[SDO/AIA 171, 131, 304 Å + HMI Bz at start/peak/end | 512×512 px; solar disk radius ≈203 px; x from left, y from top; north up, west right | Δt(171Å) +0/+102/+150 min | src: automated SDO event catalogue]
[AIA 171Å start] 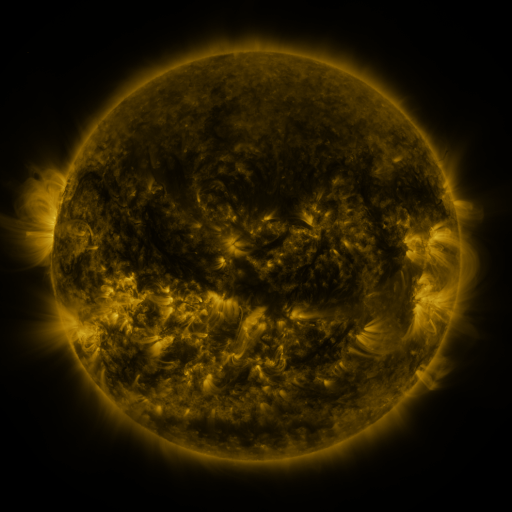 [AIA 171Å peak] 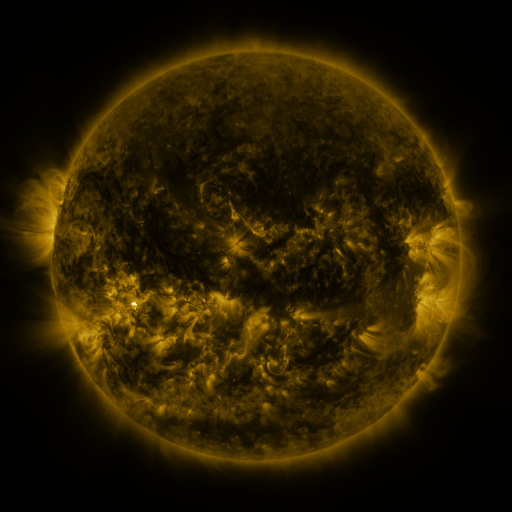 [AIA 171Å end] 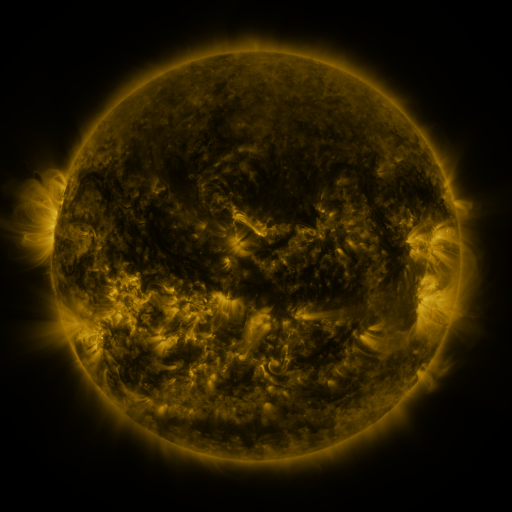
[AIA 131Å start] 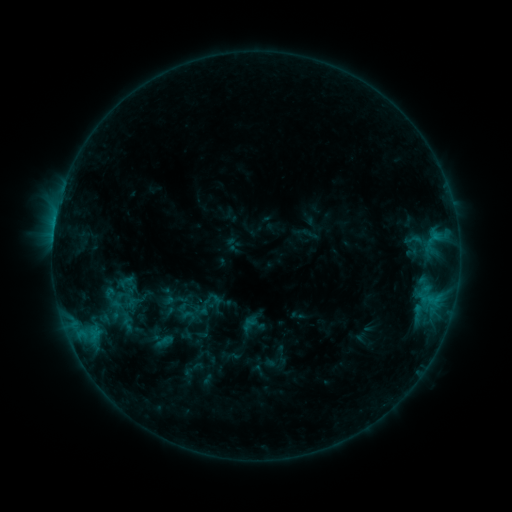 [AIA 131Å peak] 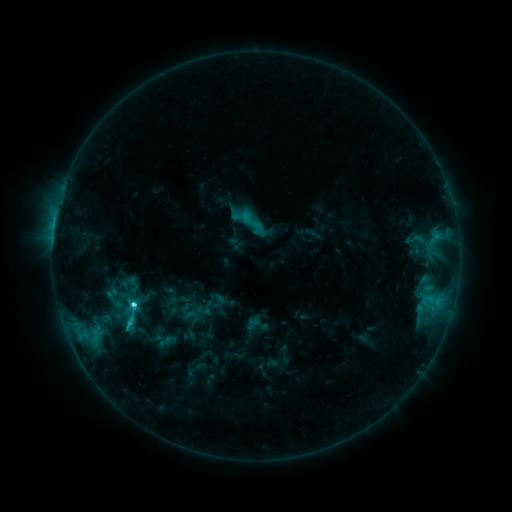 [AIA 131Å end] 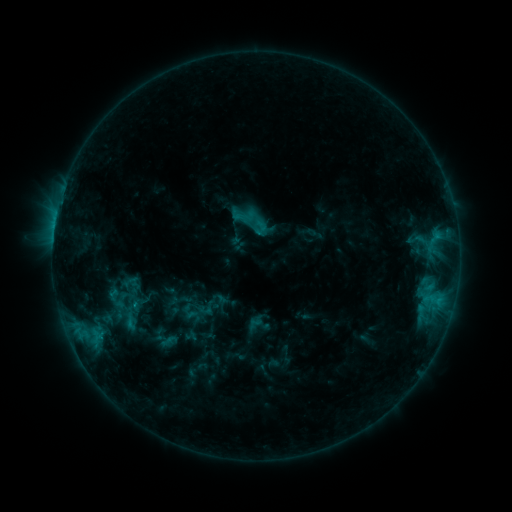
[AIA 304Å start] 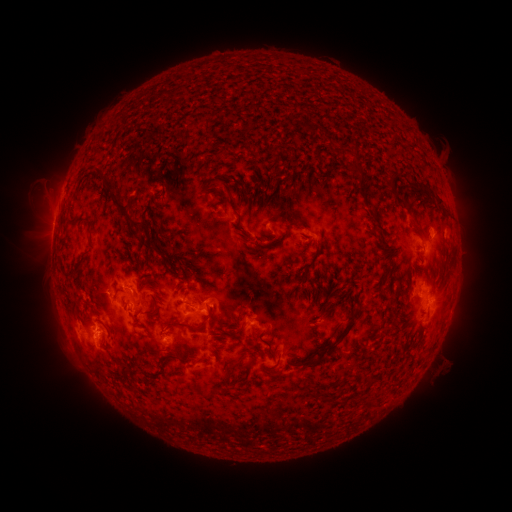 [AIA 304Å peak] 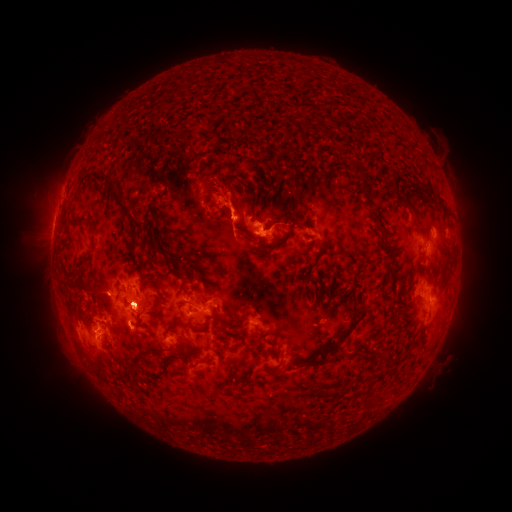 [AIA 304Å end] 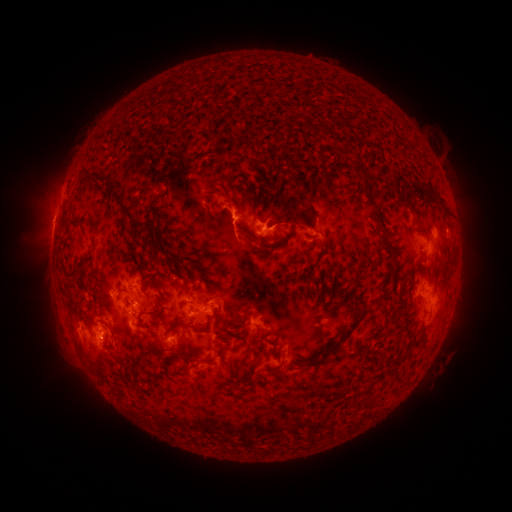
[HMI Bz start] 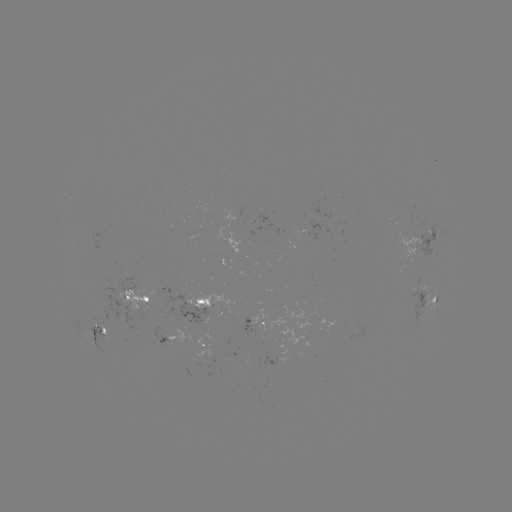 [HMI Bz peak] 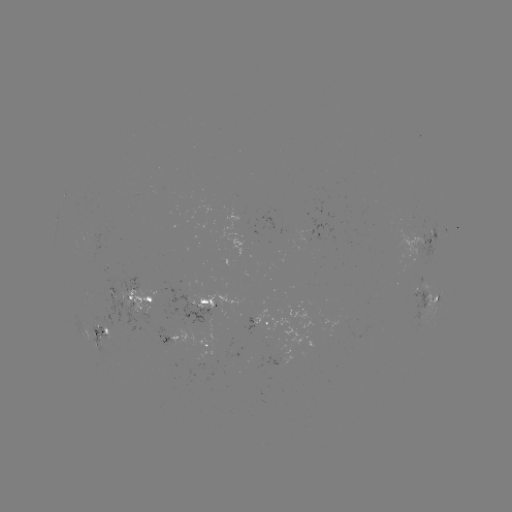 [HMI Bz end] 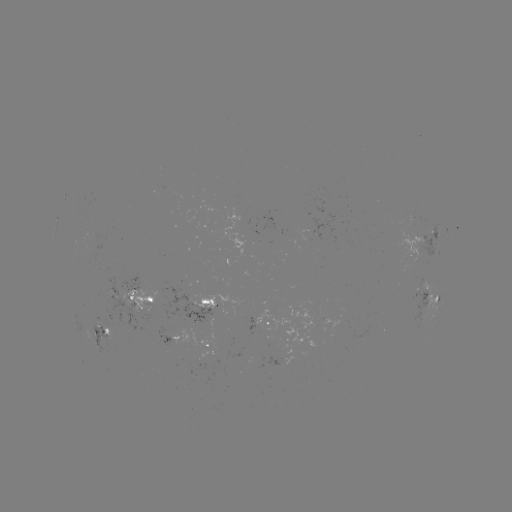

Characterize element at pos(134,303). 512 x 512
C4.8 flare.